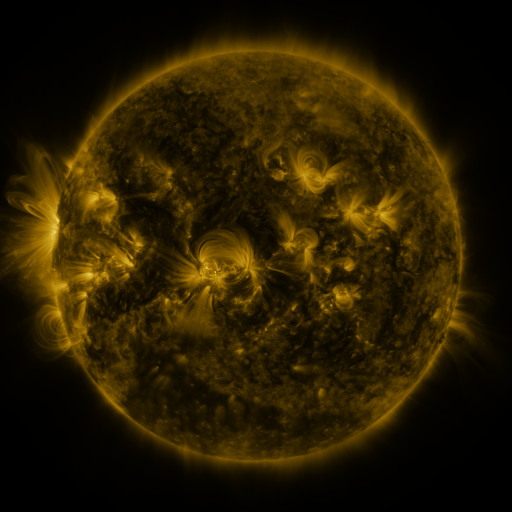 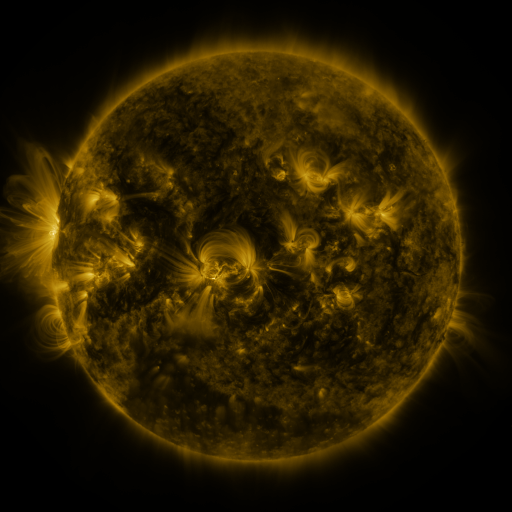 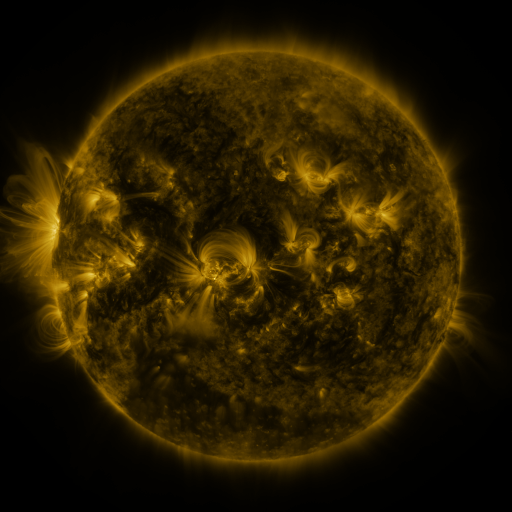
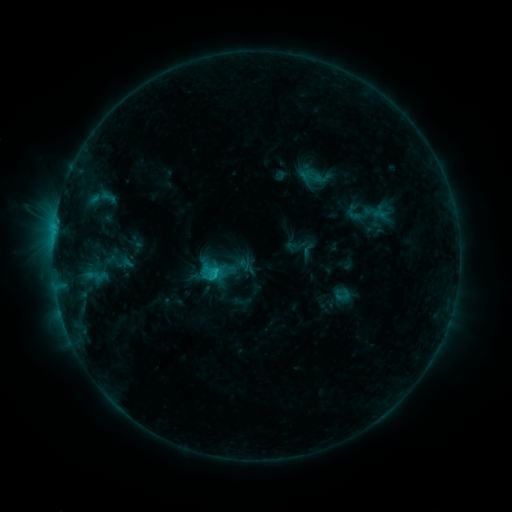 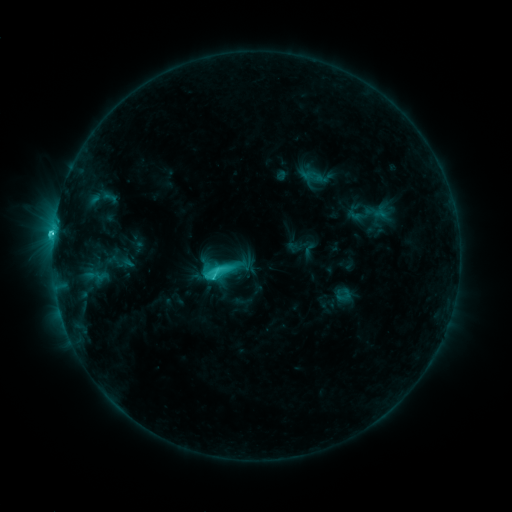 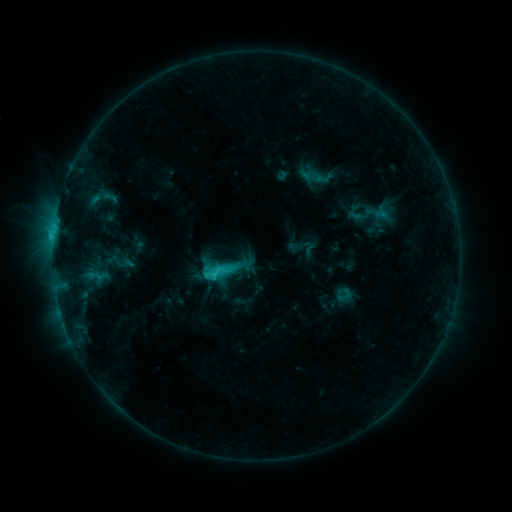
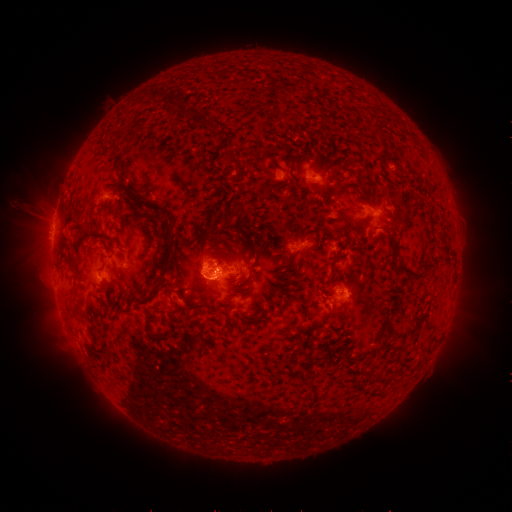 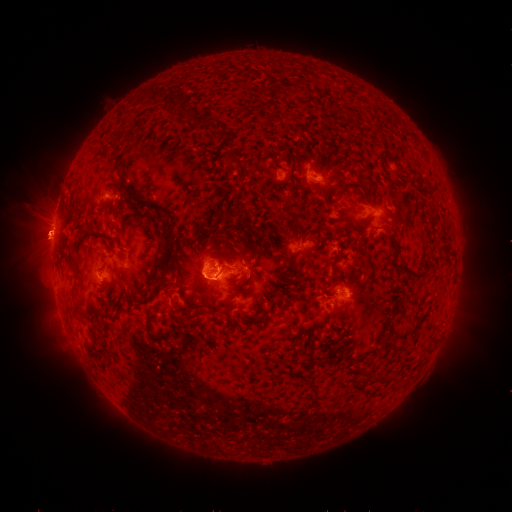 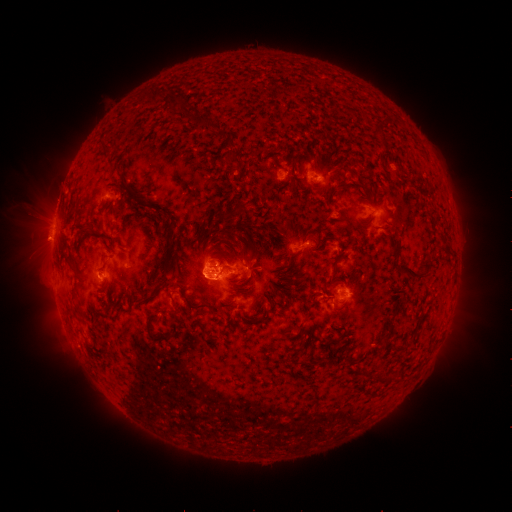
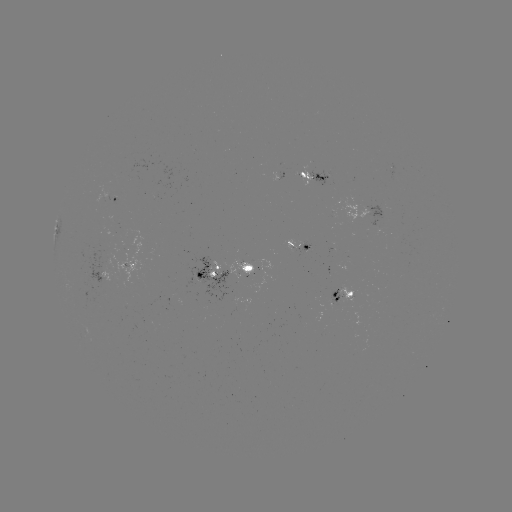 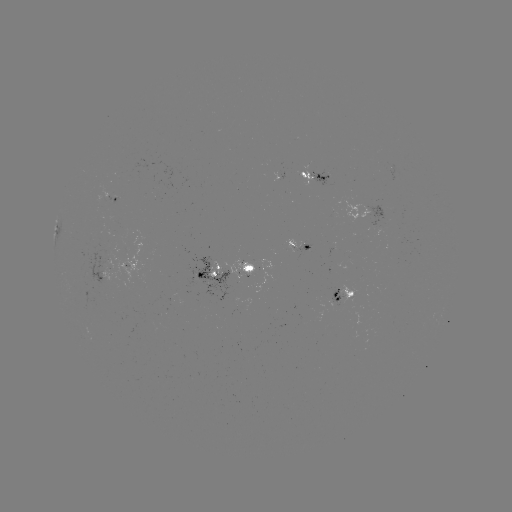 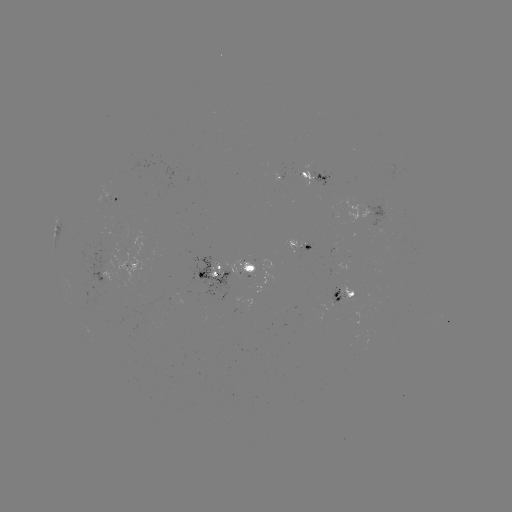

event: flare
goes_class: C4.7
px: (53, 234)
